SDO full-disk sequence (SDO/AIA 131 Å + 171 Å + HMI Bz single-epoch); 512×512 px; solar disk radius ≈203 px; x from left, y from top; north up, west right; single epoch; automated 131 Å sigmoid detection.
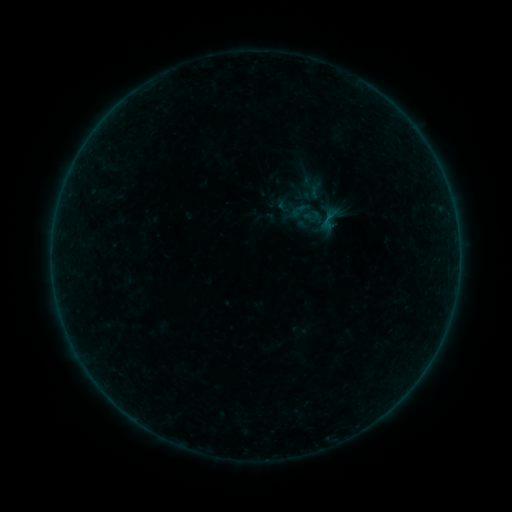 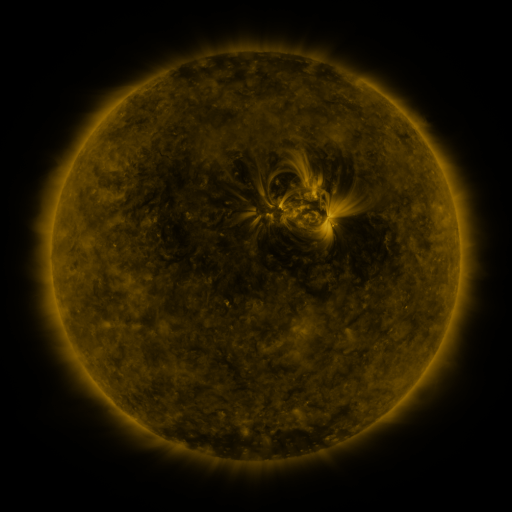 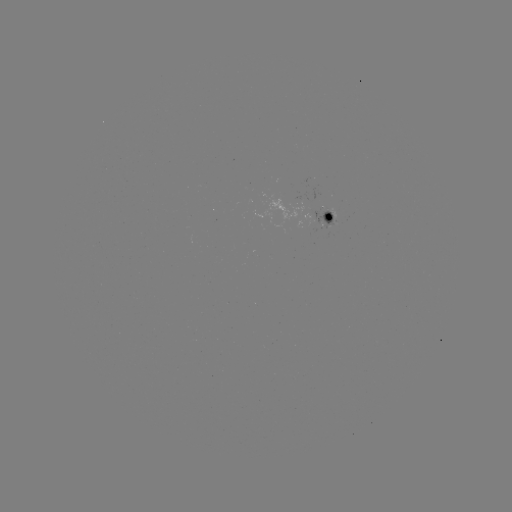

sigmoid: <bbox>314, 203, 344, 234</bbox>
